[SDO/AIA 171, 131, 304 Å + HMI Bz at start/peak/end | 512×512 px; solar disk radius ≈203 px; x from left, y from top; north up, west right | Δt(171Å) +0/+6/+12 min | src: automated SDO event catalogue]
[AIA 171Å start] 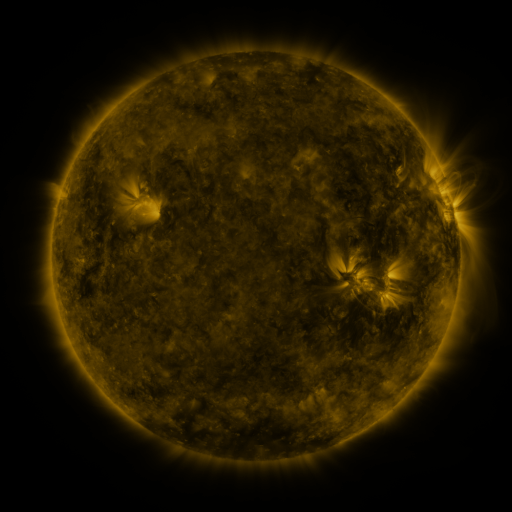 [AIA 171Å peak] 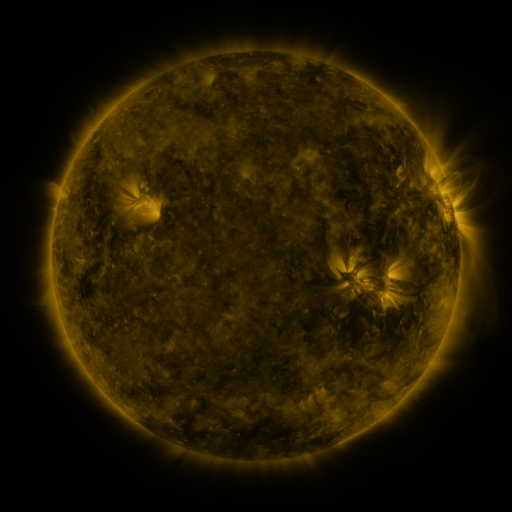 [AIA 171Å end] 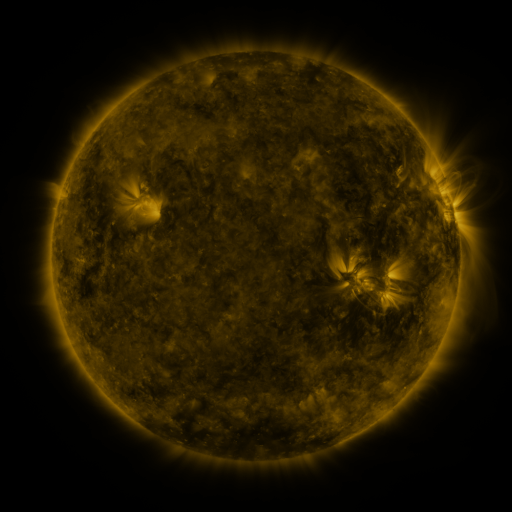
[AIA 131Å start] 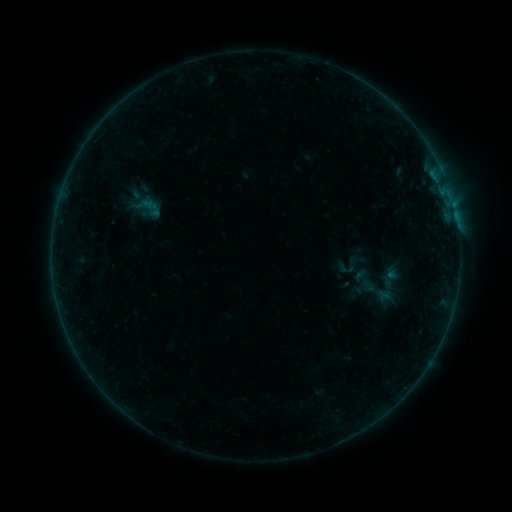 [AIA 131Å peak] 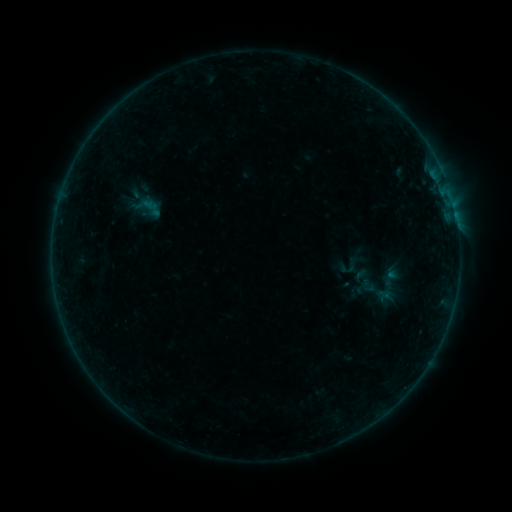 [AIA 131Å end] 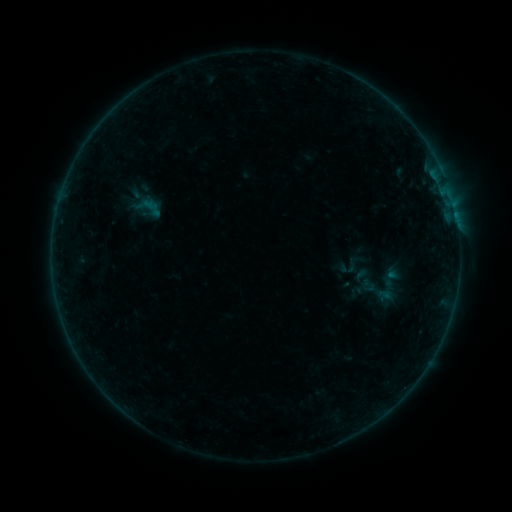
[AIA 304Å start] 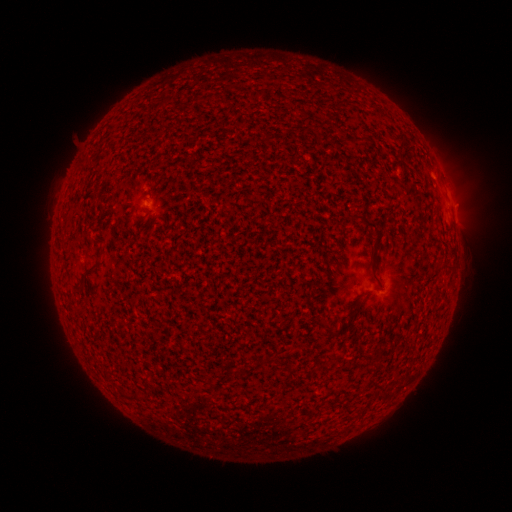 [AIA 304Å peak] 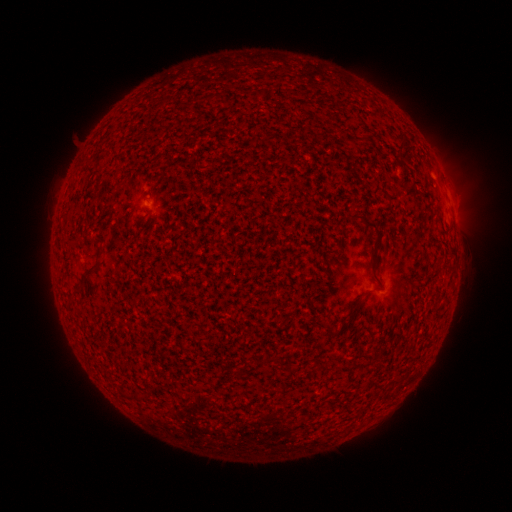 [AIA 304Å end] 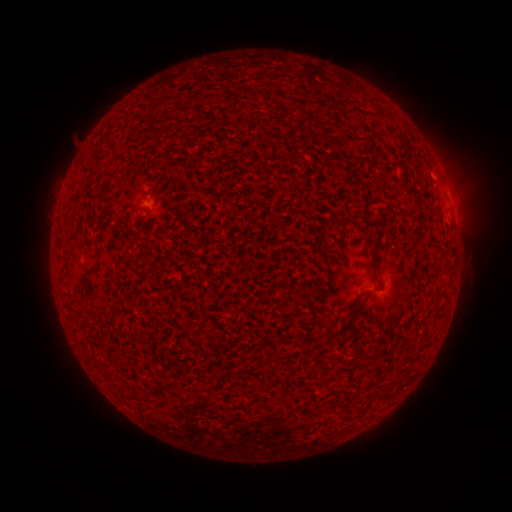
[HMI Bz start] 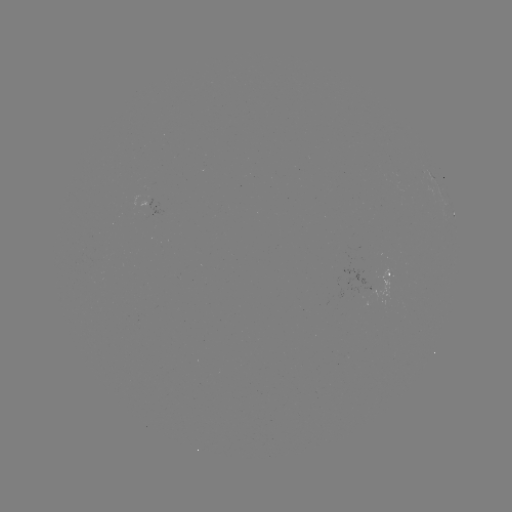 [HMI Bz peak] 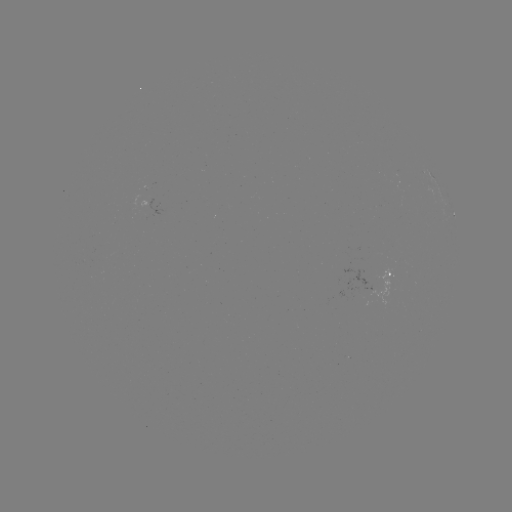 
no flare in any classed list; no EUV-trigger detection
